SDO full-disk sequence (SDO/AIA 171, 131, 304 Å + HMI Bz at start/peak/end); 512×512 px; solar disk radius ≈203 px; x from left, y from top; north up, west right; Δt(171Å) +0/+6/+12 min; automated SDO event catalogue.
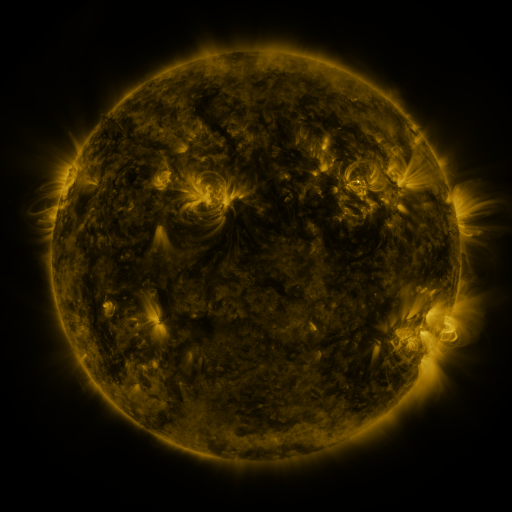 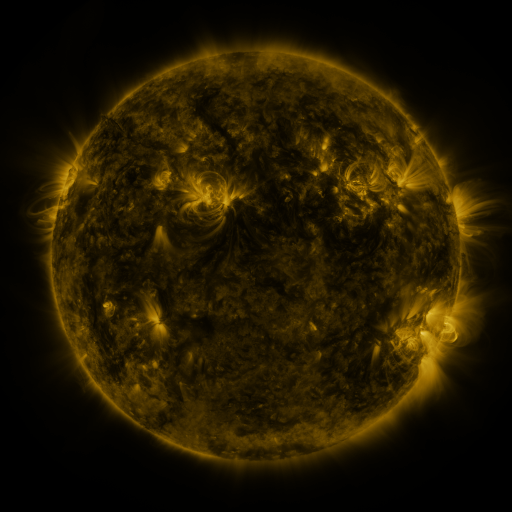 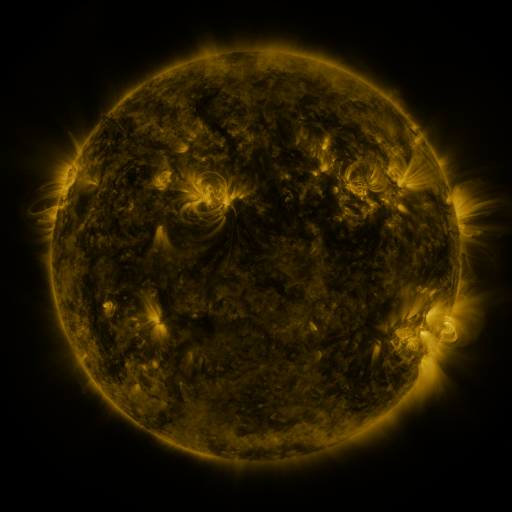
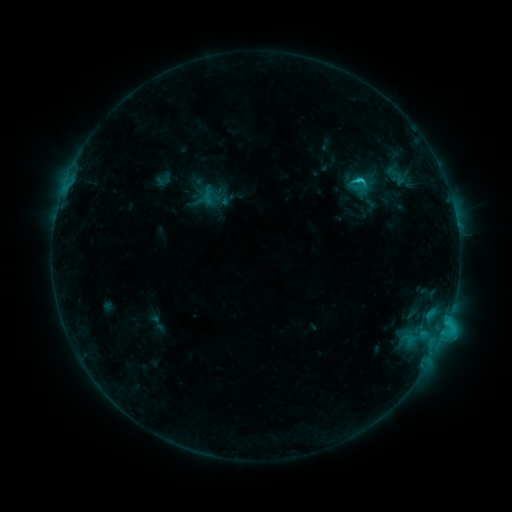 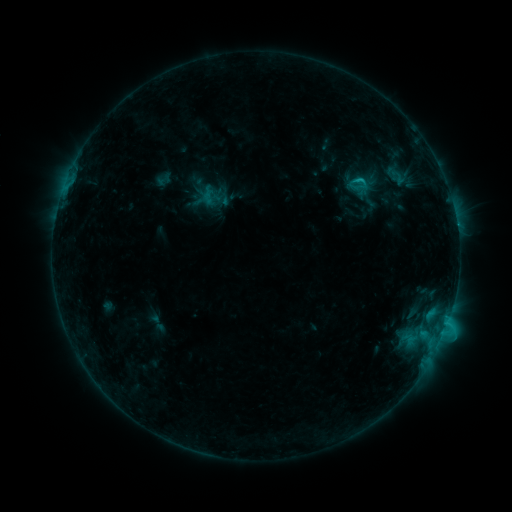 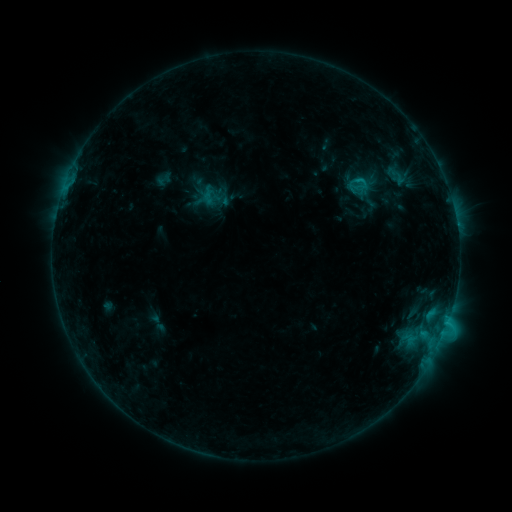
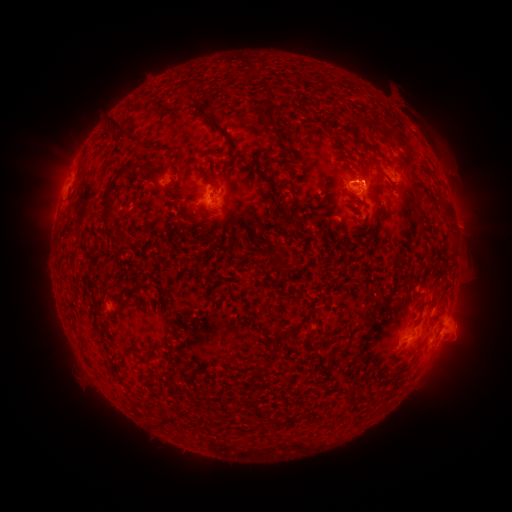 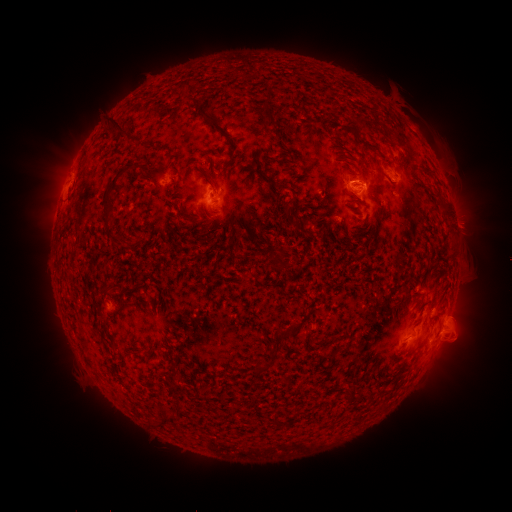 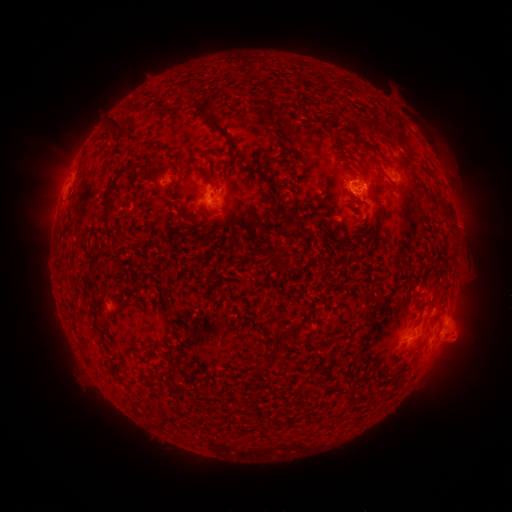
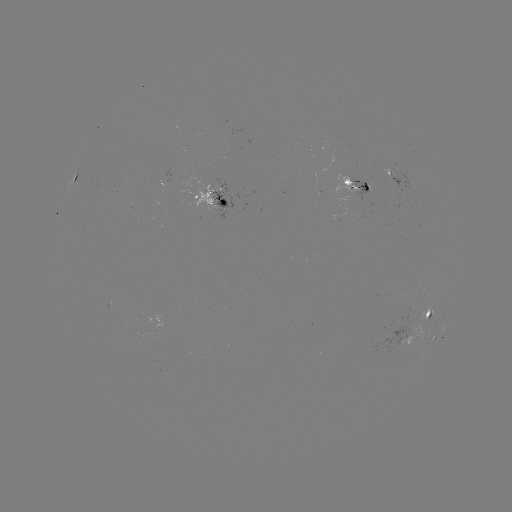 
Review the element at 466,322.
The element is eruption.